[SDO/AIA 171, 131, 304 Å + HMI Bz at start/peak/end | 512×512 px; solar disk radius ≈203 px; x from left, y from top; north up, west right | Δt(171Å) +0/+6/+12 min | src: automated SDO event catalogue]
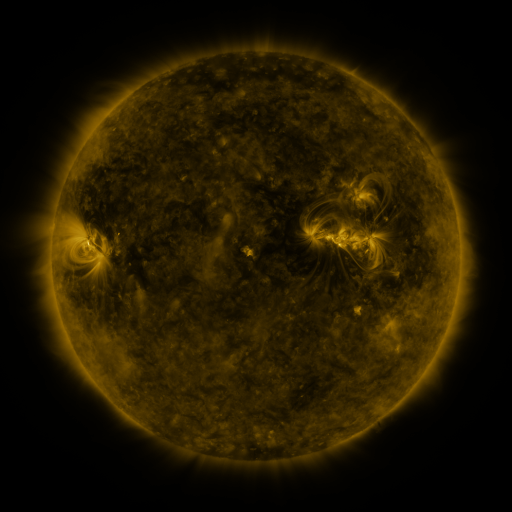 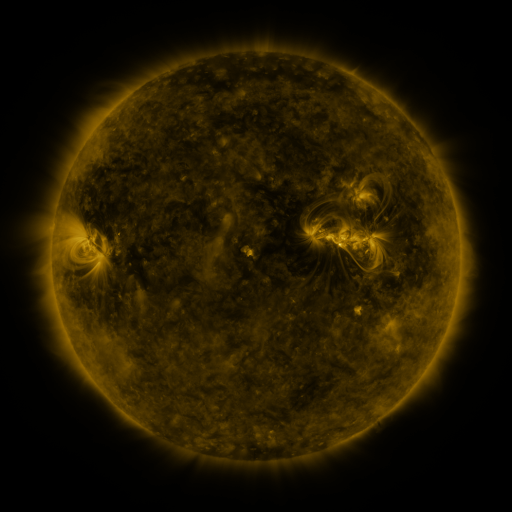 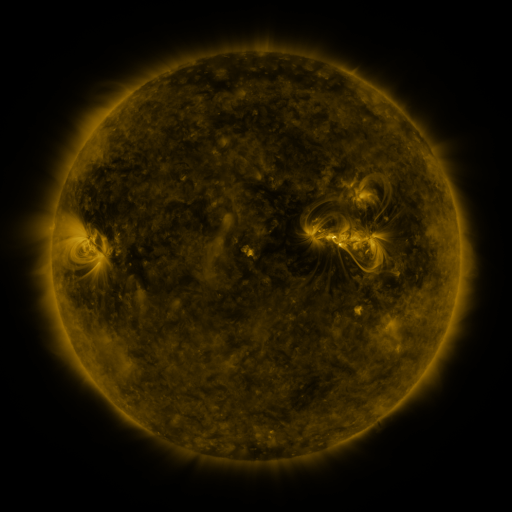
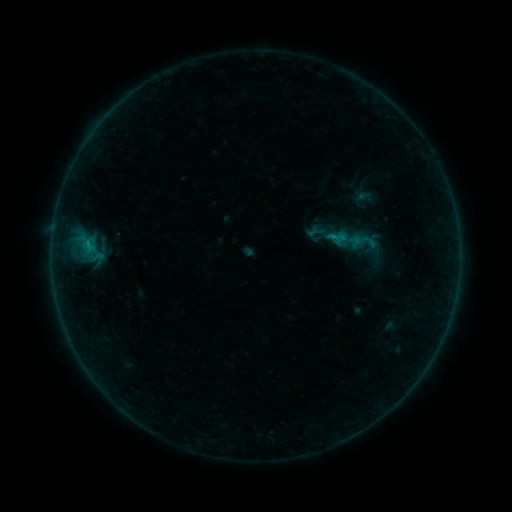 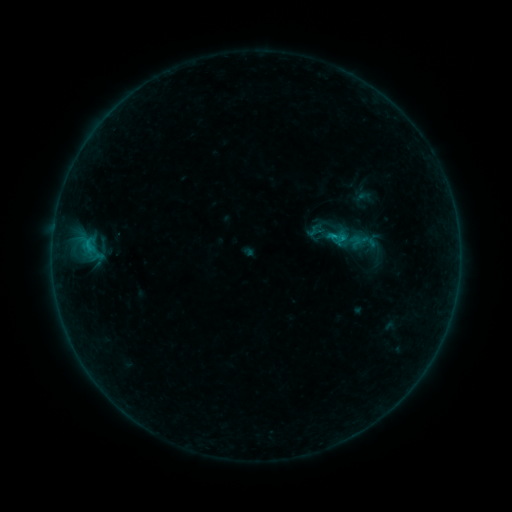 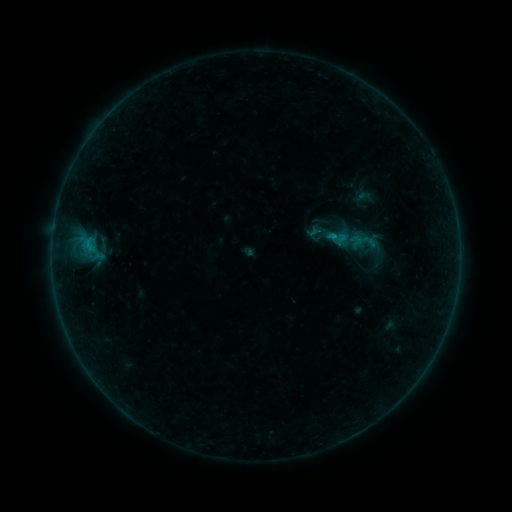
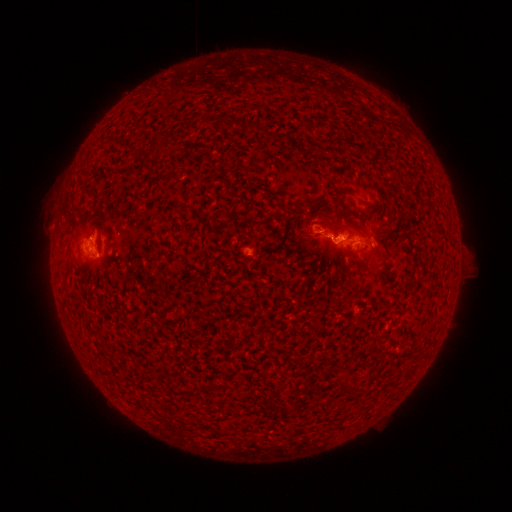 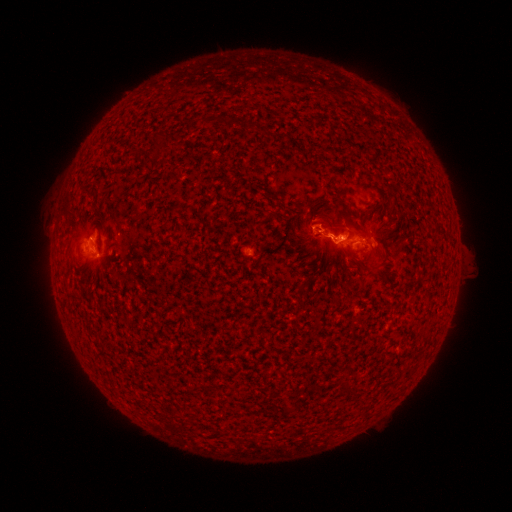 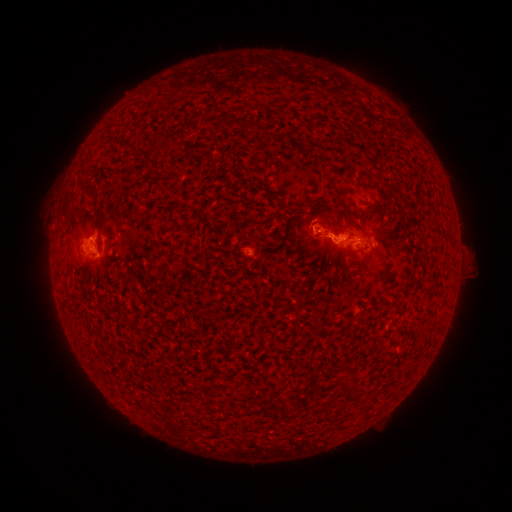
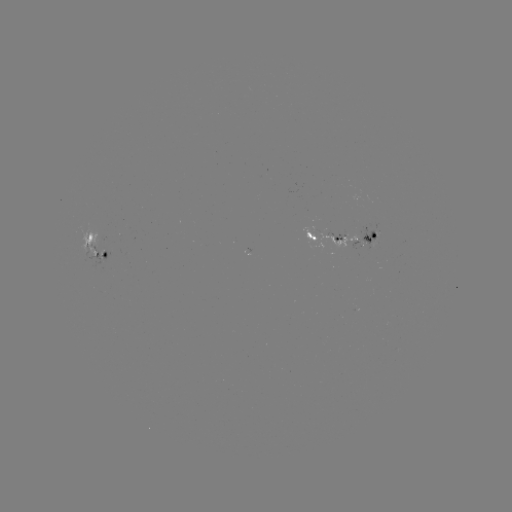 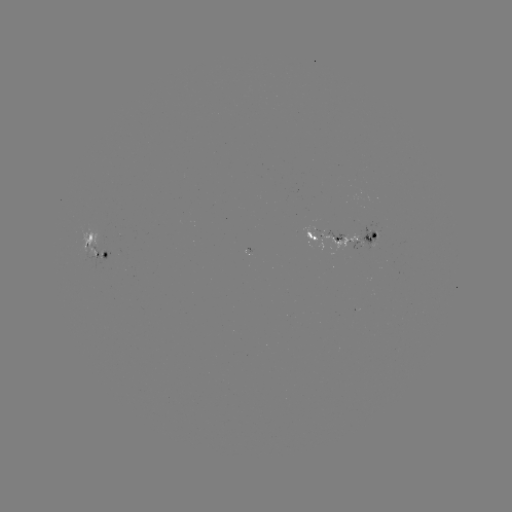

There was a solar flare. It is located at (334, 239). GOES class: B6.6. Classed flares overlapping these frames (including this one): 1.